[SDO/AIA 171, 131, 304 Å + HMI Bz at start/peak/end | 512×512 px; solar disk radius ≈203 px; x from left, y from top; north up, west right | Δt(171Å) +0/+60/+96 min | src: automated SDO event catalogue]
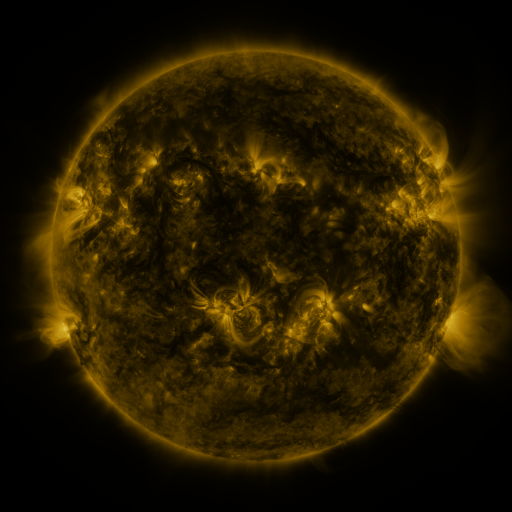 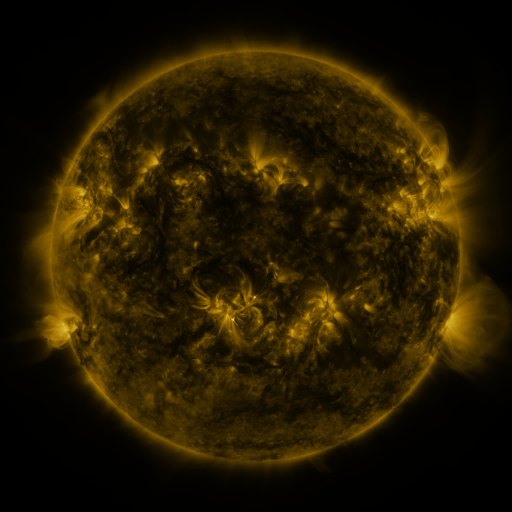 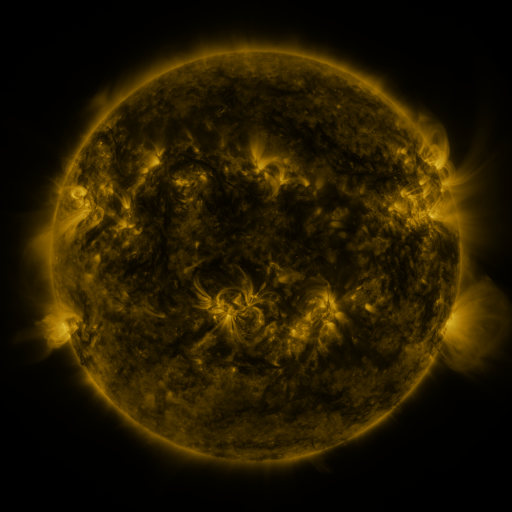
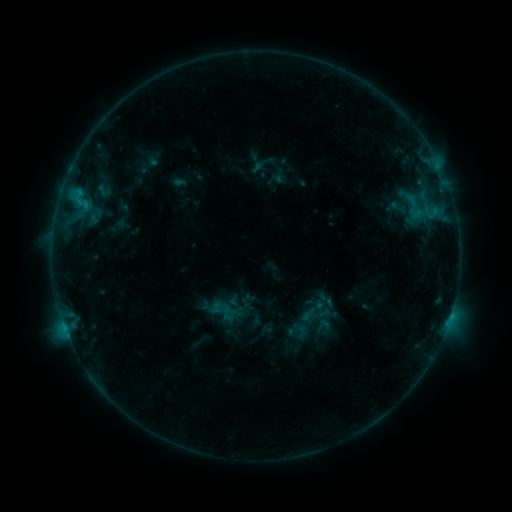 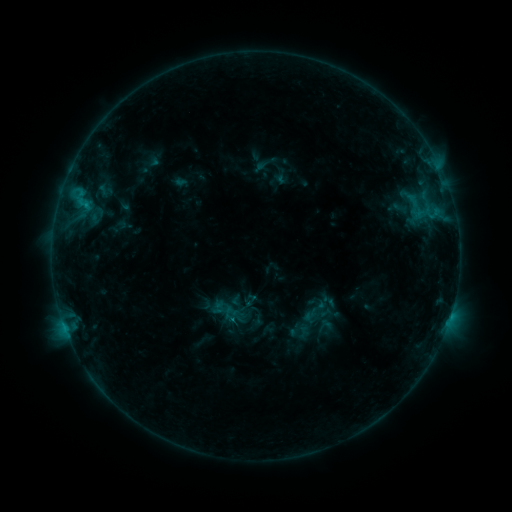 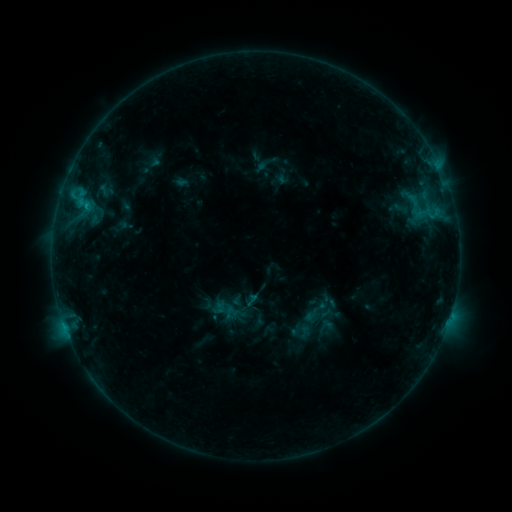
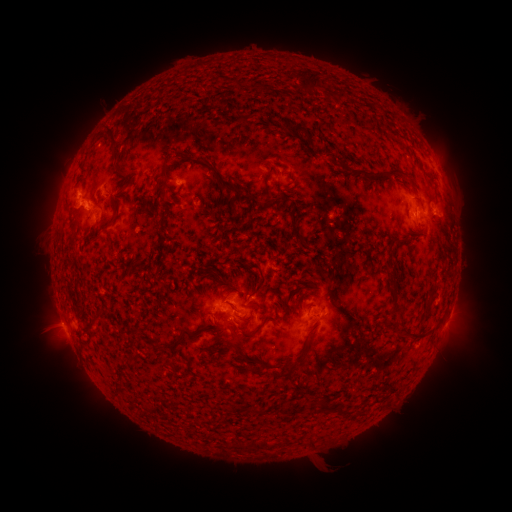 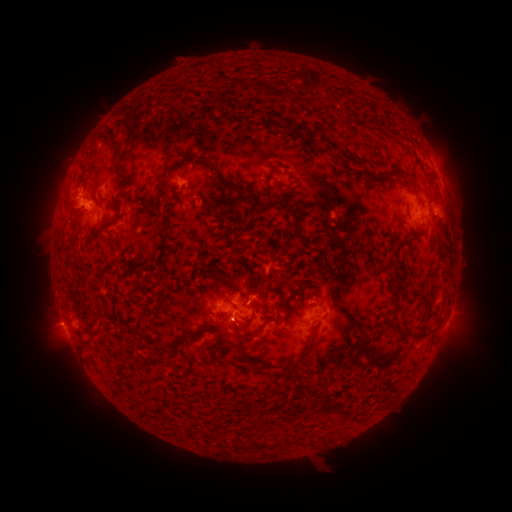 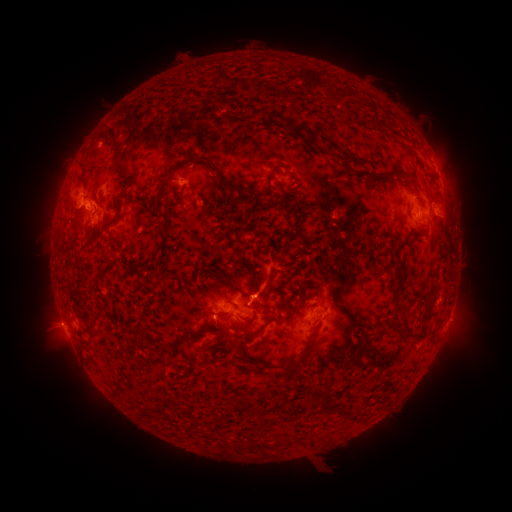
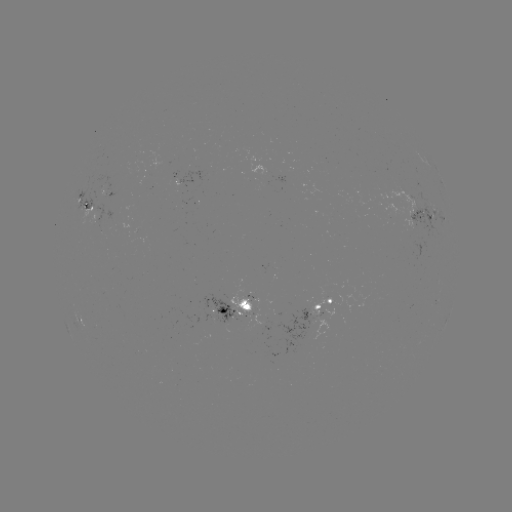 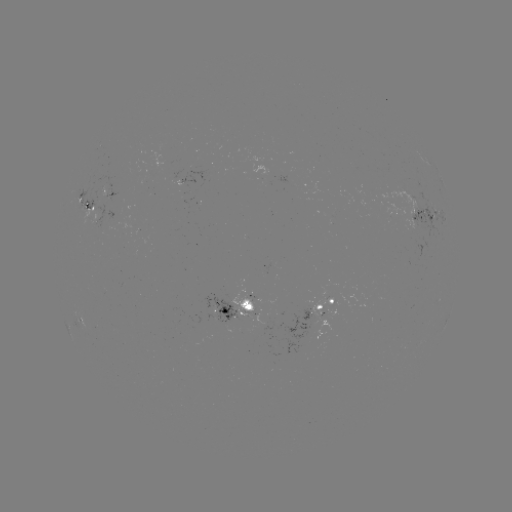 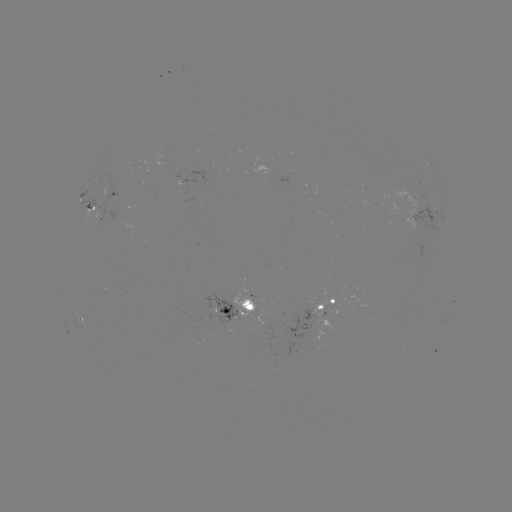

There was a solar emerging-flux region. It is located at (413, 199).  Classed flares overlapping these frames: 2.